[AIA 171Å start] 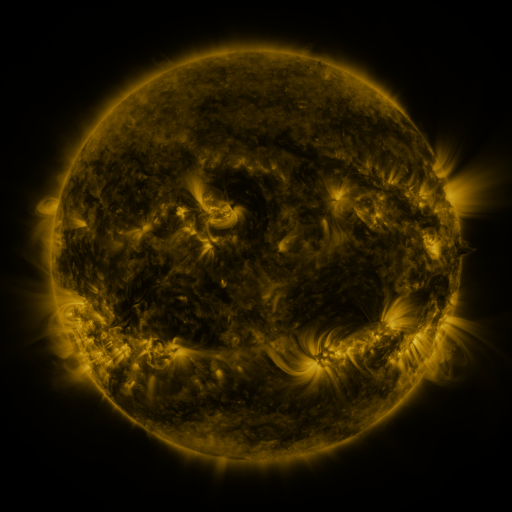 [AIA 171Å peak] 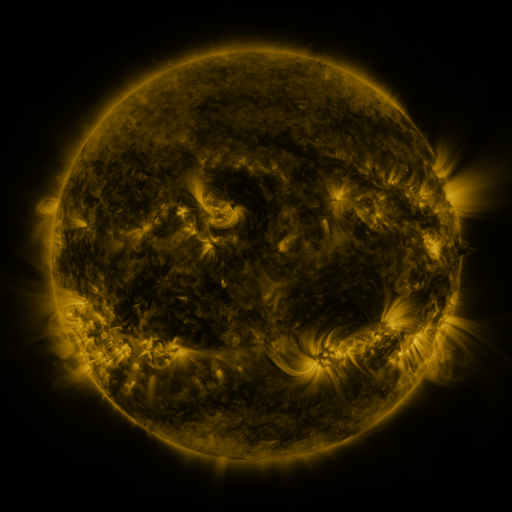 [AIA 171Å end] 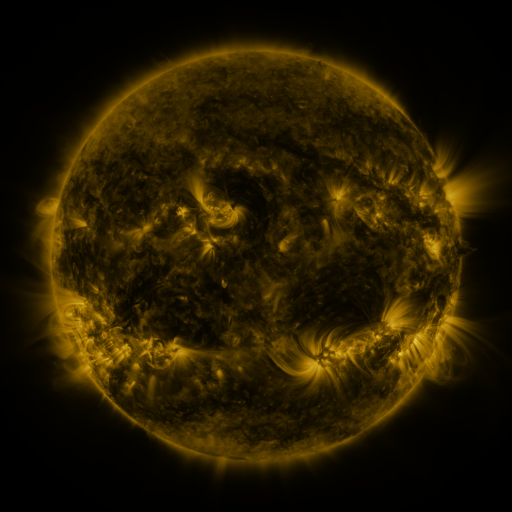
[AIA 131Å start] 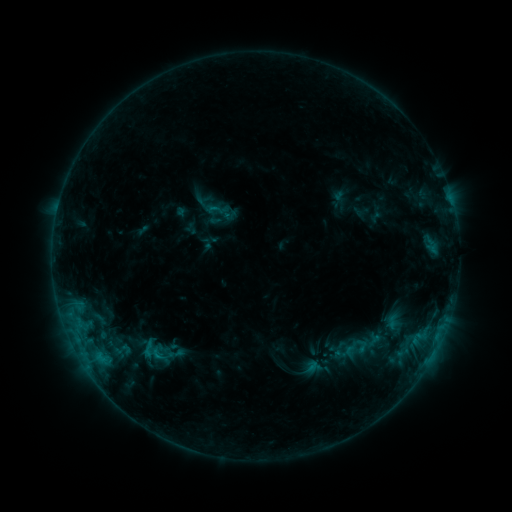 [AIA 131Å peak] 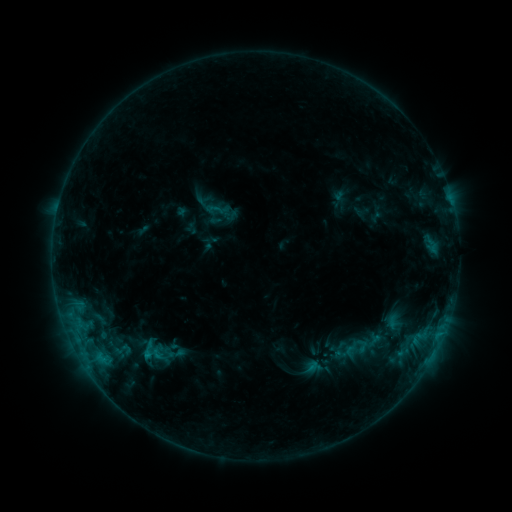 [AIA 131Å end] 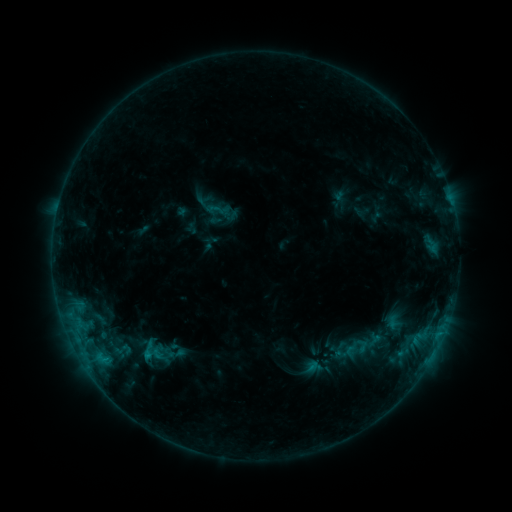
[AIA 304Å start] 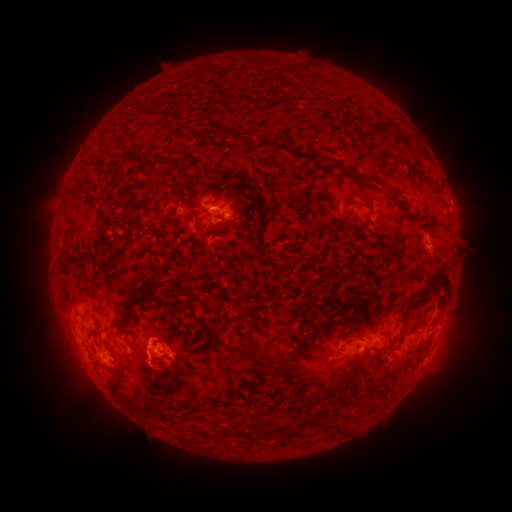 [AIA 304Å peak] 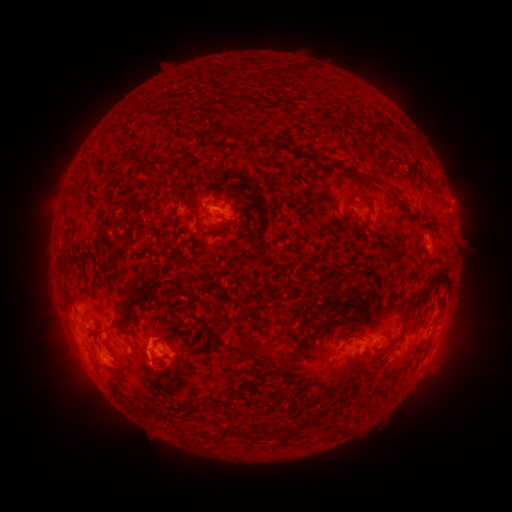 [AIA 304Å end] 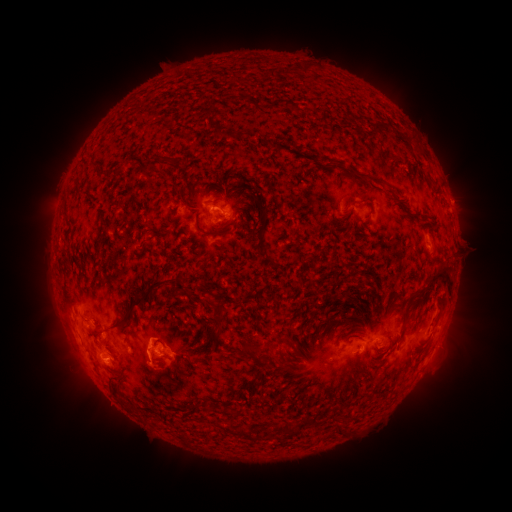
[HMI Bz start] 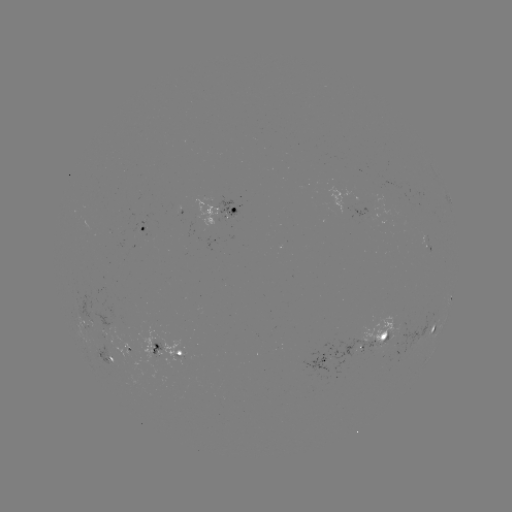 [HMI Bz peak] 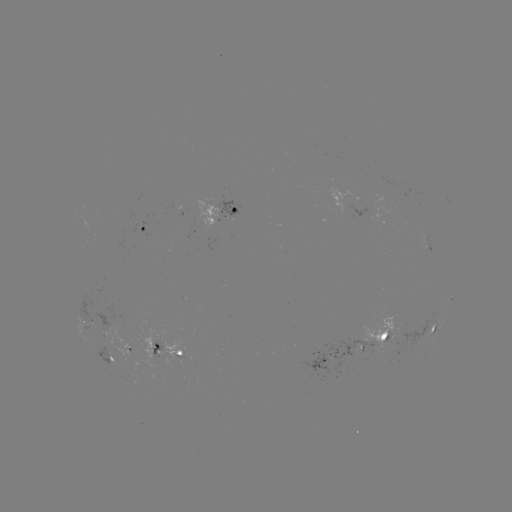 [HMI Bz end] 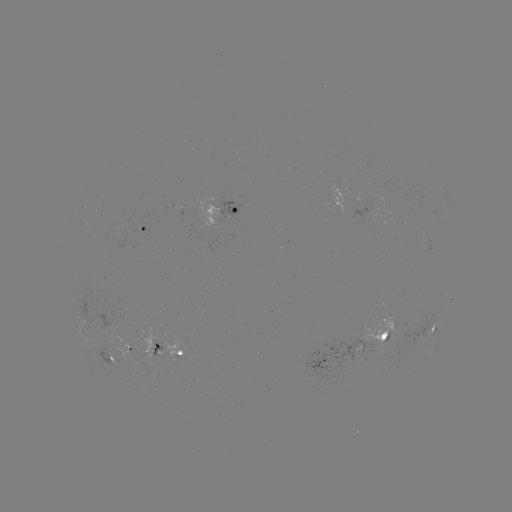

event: eruption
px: (450, 294)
